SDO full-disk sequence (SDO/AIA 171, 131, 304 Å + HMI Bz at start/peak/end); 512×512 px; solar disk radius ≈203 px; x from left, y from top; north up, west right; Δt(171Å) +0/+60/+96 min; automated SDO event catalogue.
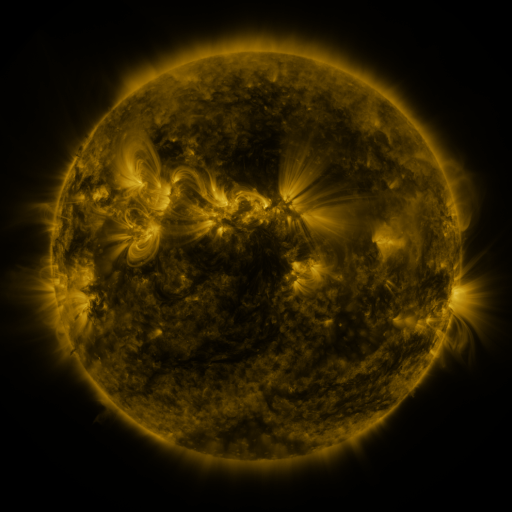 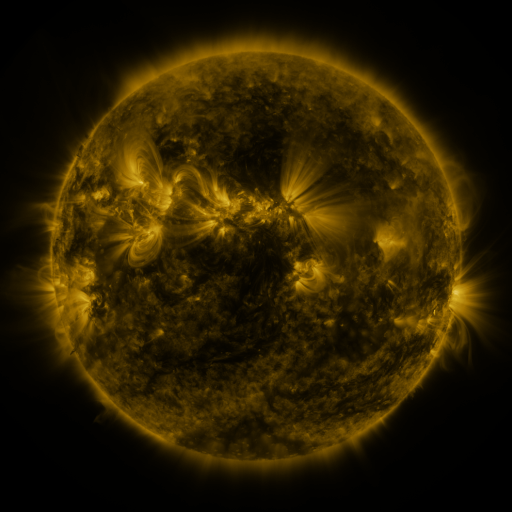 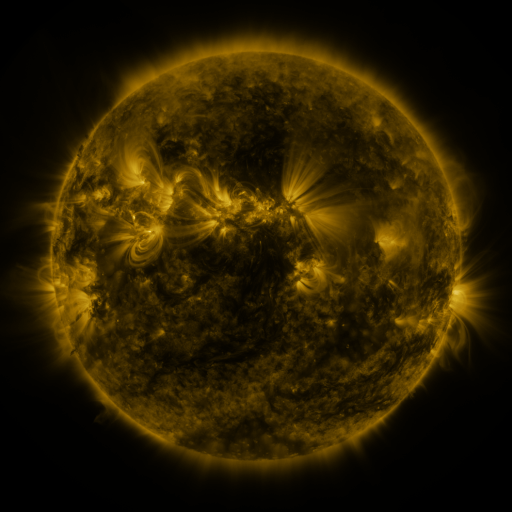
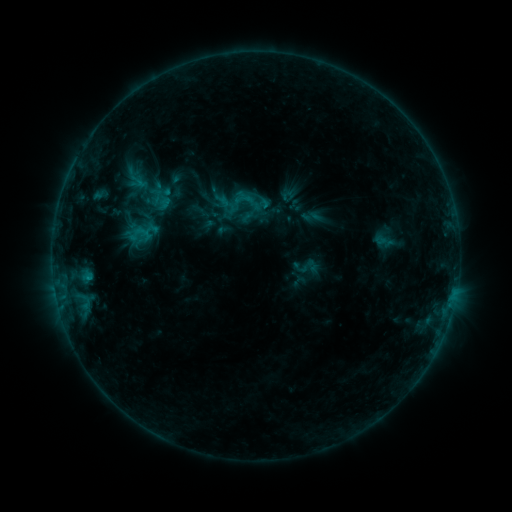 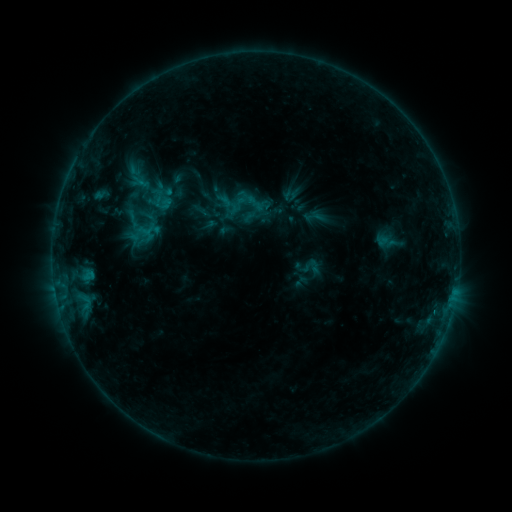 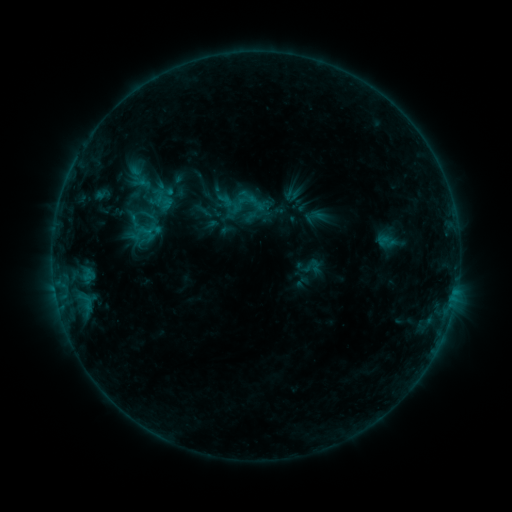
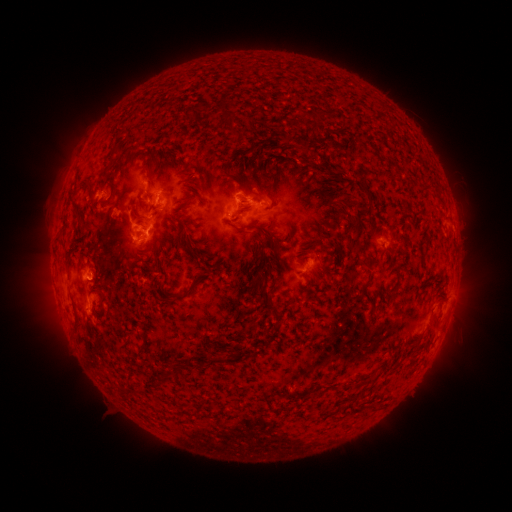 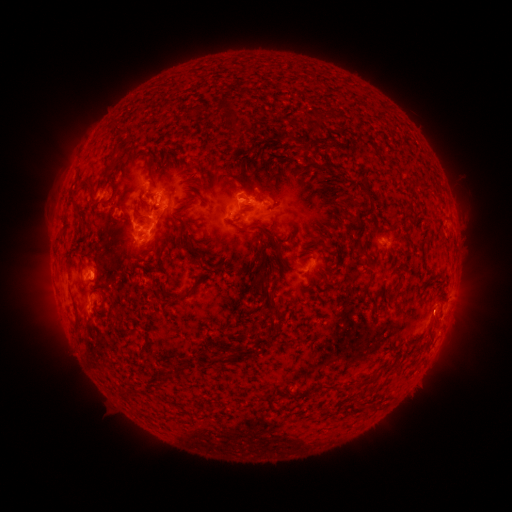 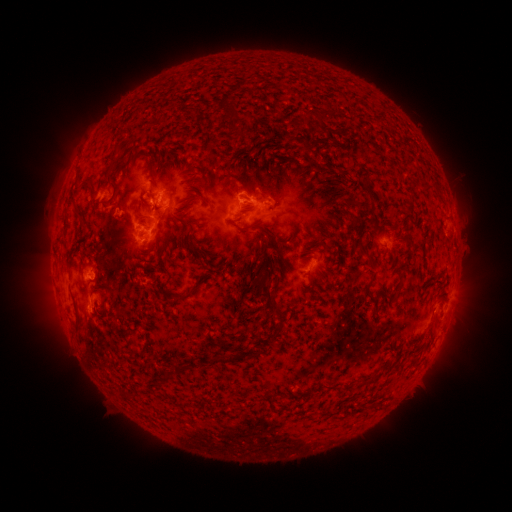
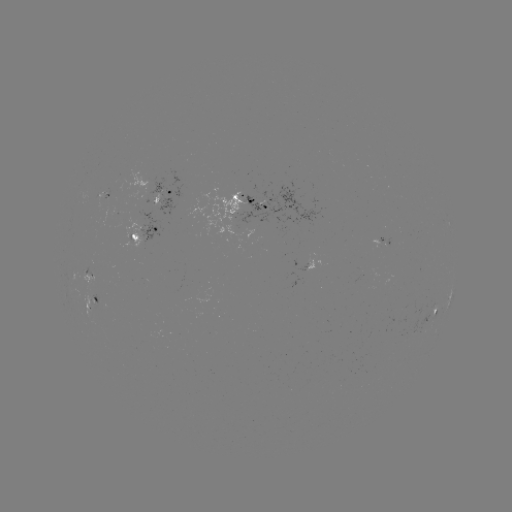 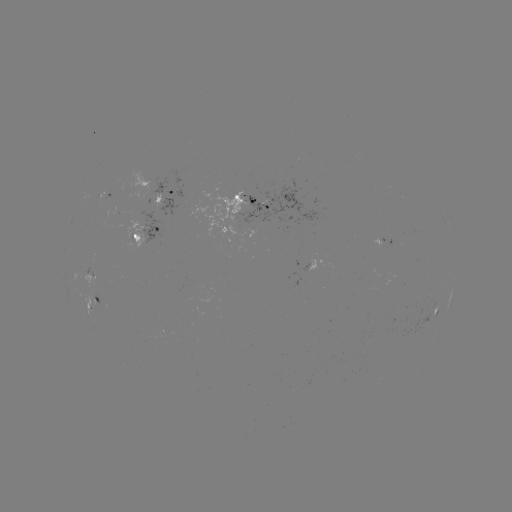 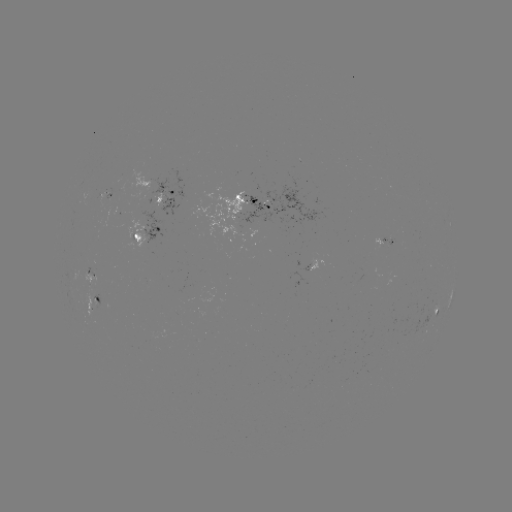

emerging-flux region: [107, 170, 149, 197]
